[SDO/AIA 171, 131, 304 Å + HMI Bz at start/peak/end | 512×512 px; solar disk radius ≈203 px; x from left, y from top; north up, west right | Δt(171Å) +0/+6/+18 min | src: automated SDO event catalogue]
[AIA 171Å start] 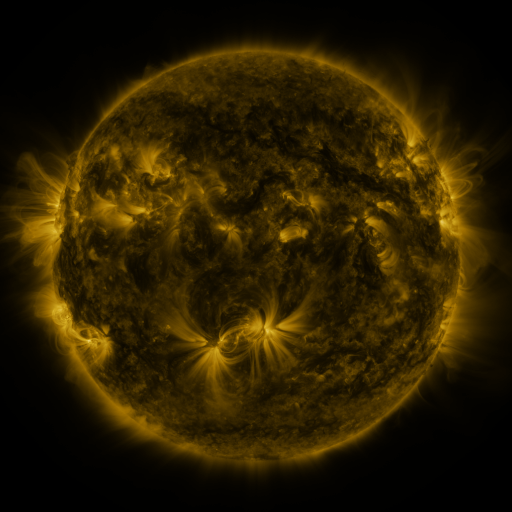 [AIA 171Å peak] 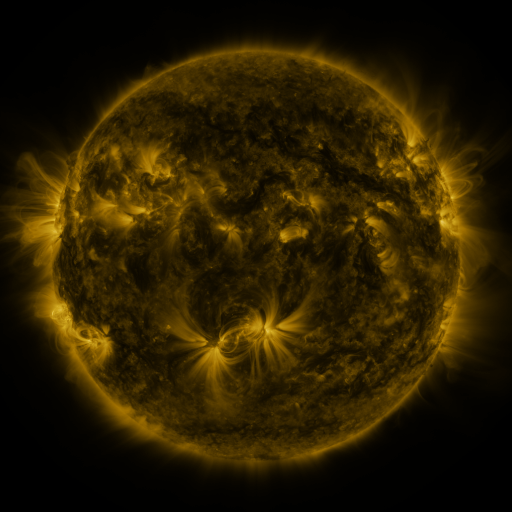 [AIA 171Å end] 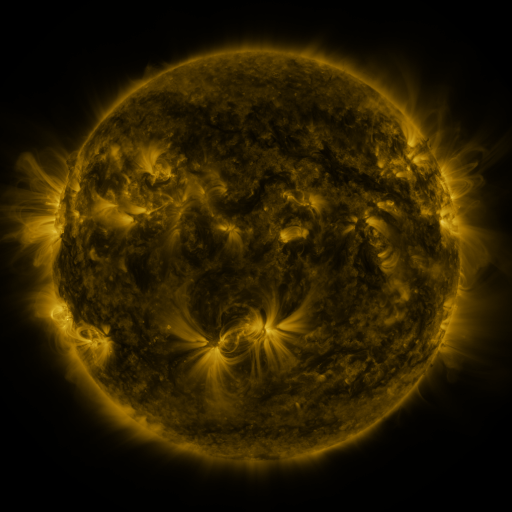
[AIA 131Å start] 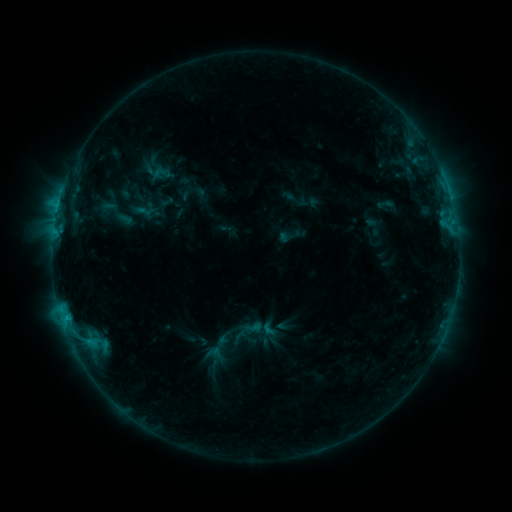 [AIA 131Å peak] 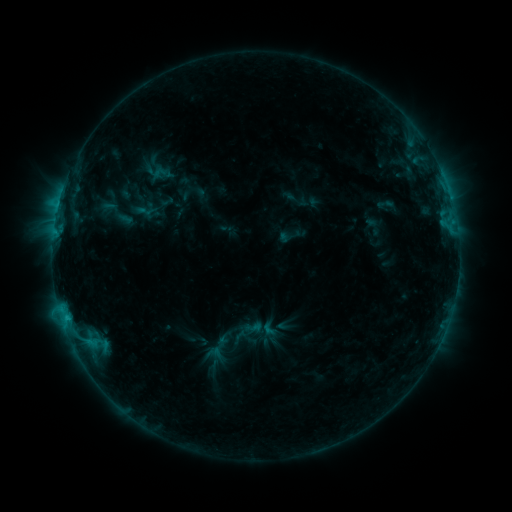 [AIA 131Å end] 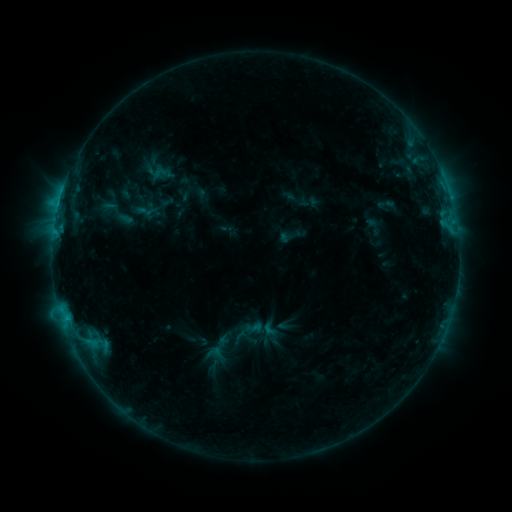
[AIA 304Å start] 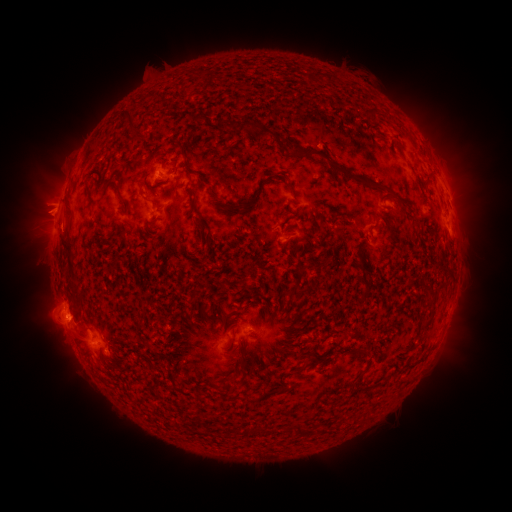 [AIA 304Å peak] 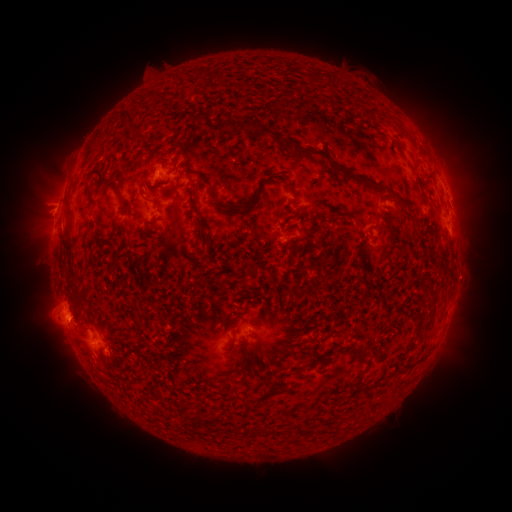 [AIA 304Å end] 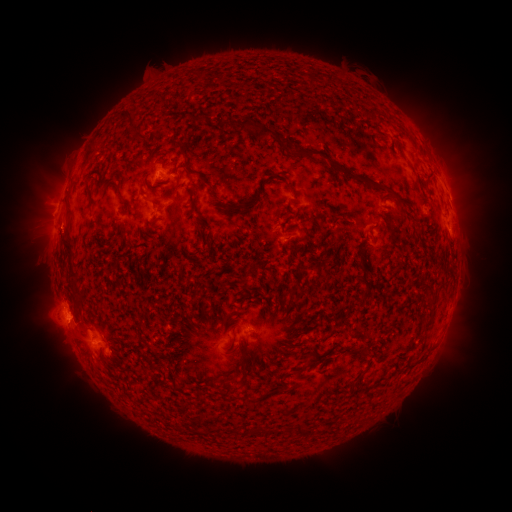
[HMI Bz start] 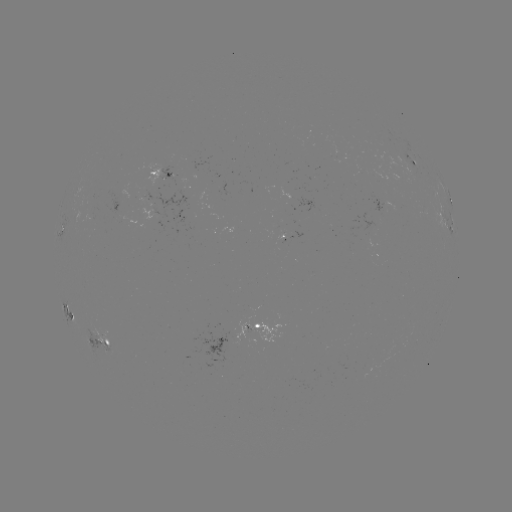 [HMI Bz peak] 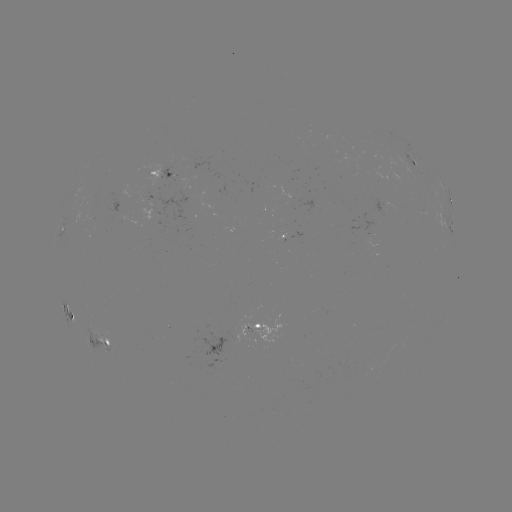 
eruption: (409, 108, 500, 307)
